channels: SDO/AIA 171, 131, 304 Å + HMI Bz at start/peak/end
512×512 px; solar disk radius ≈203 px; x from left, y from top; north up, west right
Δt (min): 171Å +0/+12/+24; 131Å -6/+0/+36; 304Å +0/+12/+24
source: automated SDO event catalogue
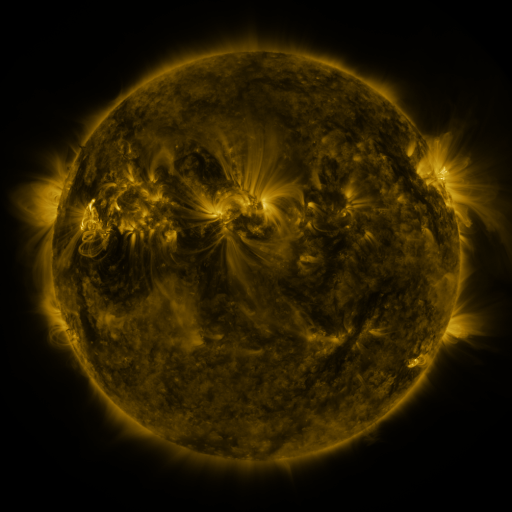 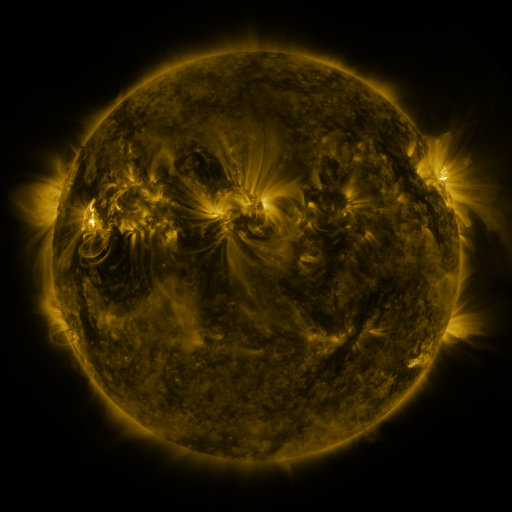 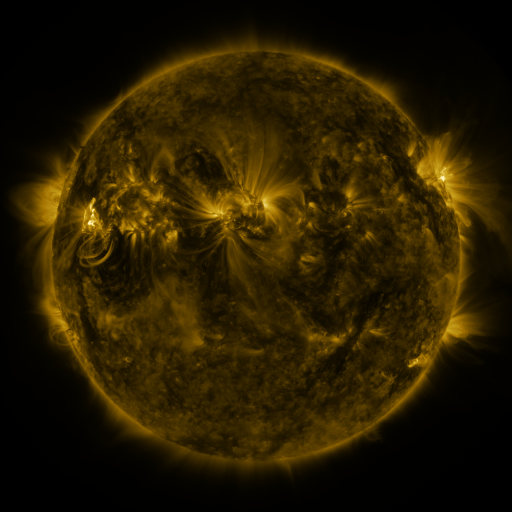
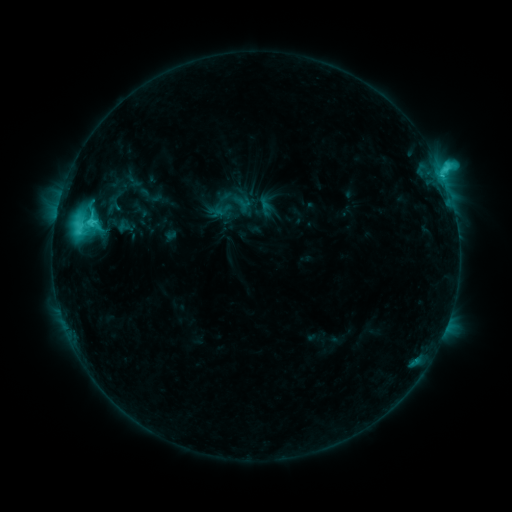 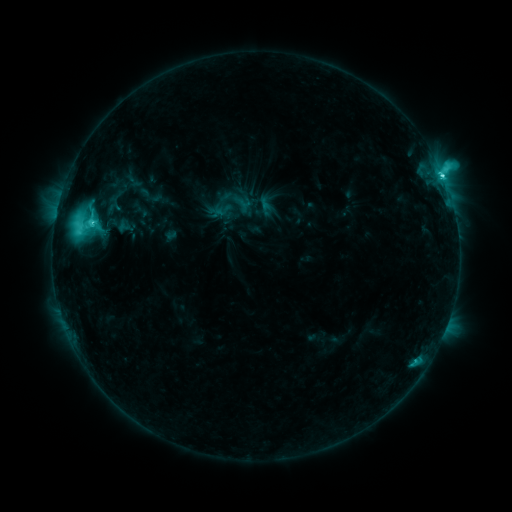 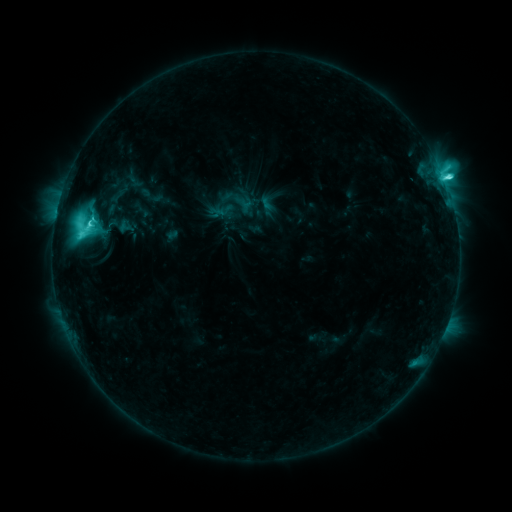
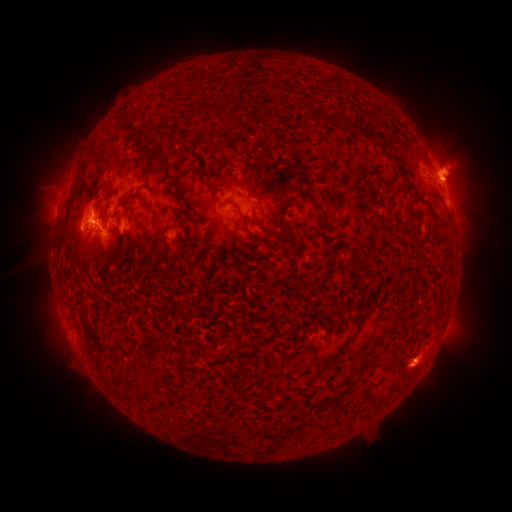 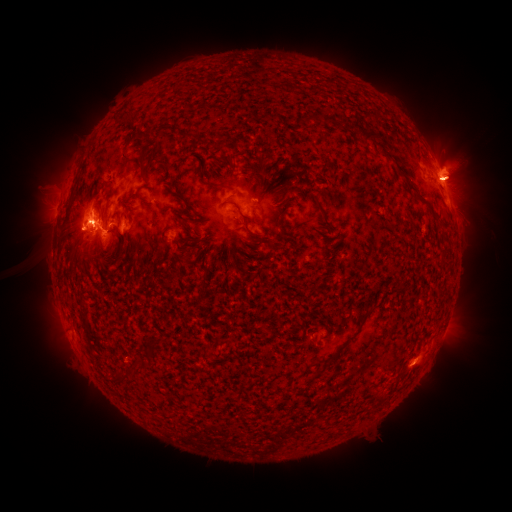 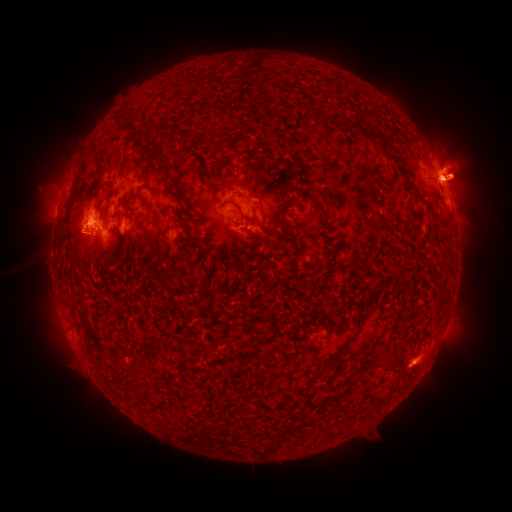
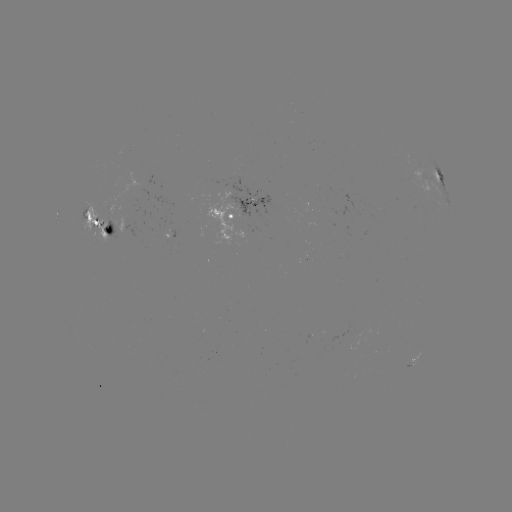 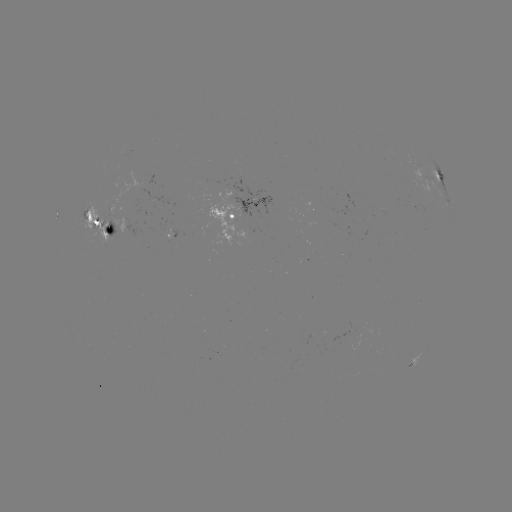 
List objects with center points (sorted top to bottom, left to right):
M2.8 flare: (91, 224)
